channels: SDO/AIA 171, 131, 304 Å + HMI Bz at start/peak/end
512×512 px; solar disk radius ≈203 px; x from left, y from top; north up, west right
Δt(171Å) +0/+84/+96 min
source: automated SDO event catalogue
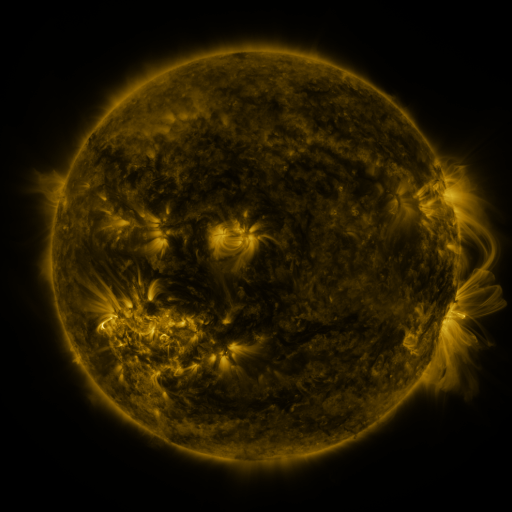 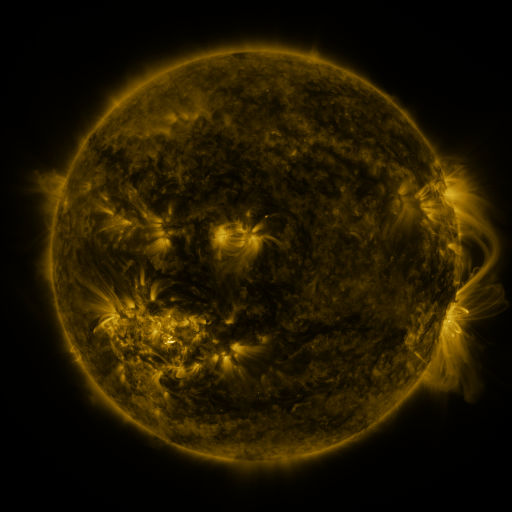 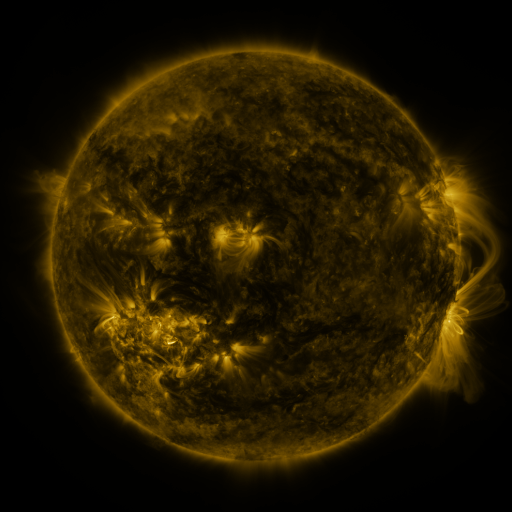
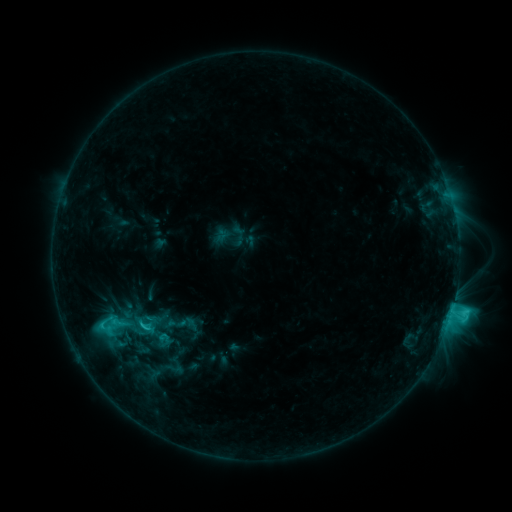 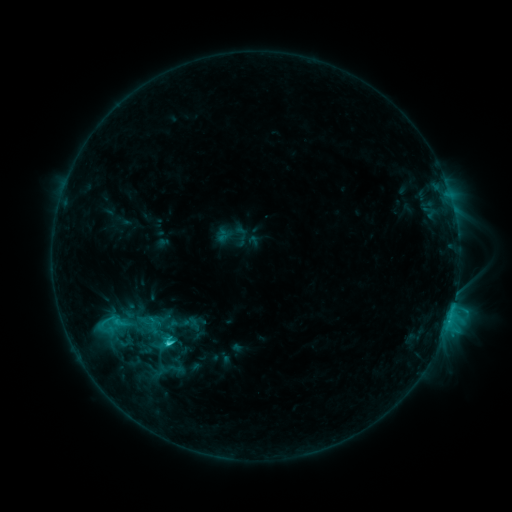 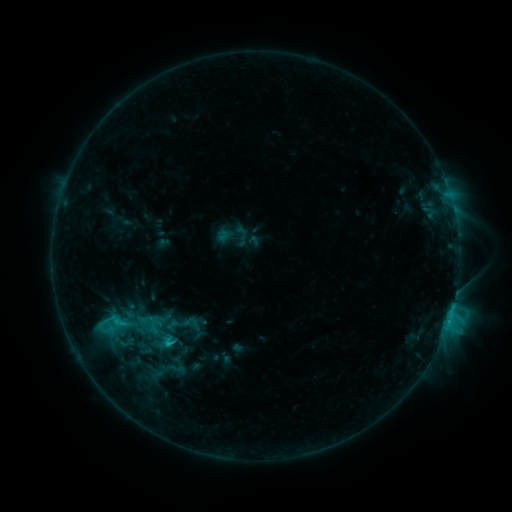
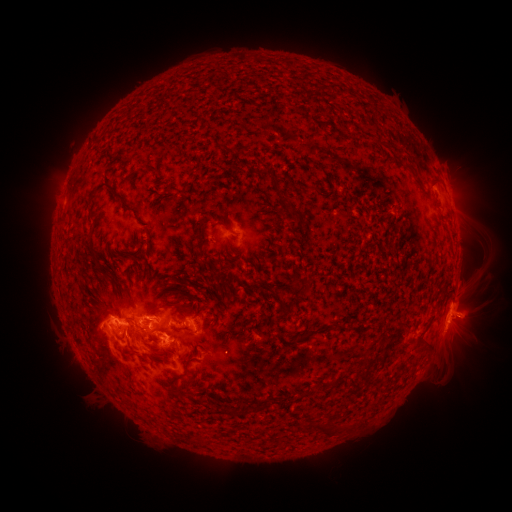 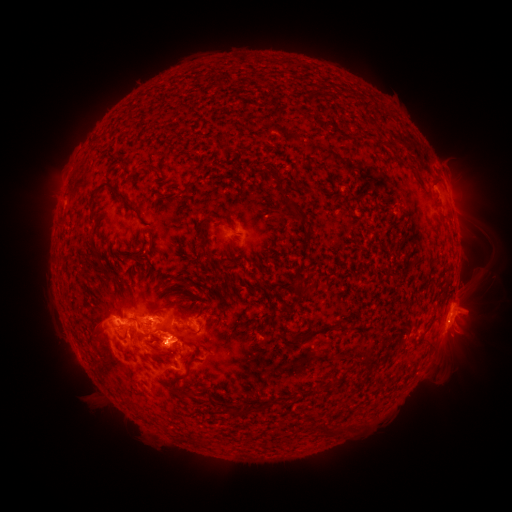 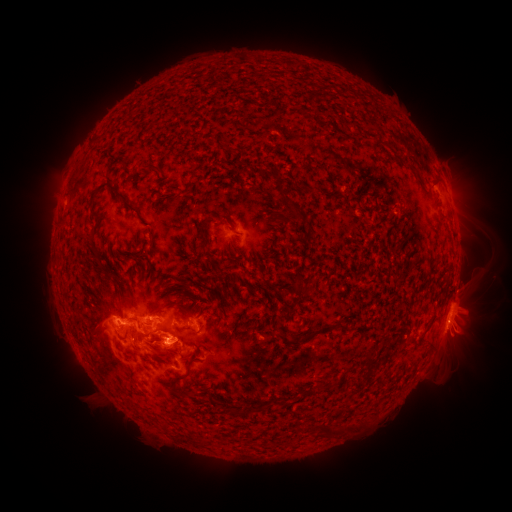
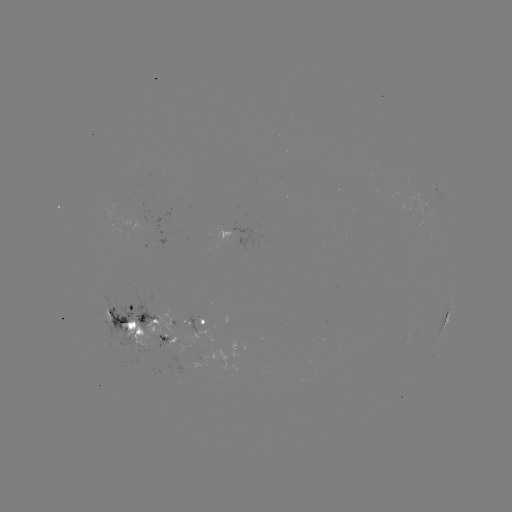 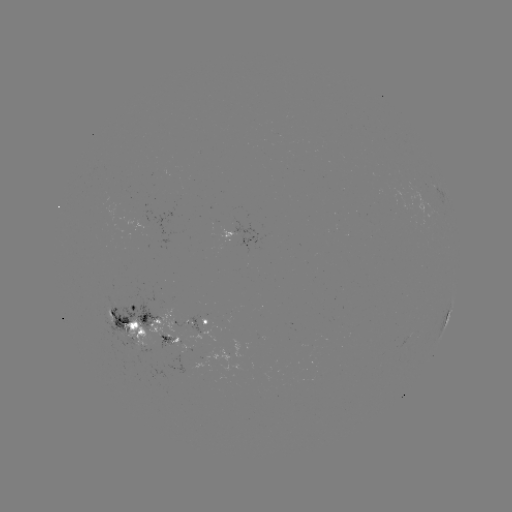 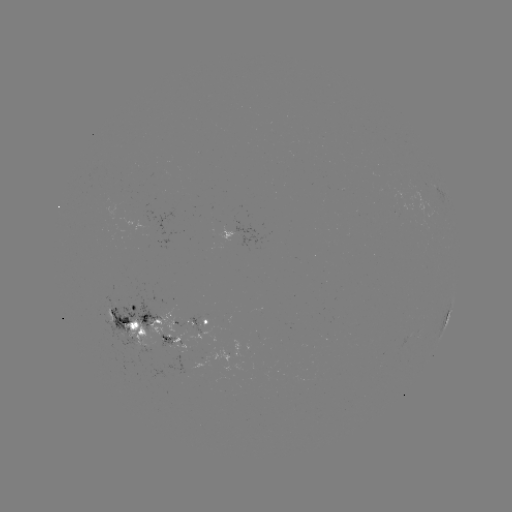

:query emerging-flux region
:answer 163,338